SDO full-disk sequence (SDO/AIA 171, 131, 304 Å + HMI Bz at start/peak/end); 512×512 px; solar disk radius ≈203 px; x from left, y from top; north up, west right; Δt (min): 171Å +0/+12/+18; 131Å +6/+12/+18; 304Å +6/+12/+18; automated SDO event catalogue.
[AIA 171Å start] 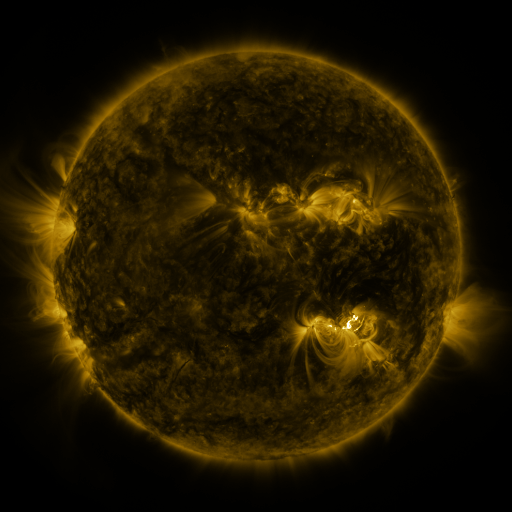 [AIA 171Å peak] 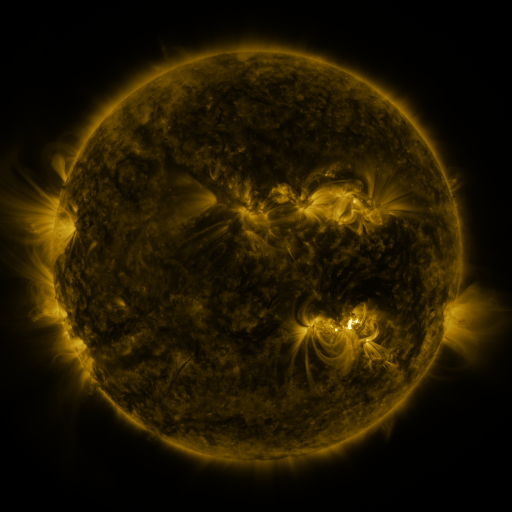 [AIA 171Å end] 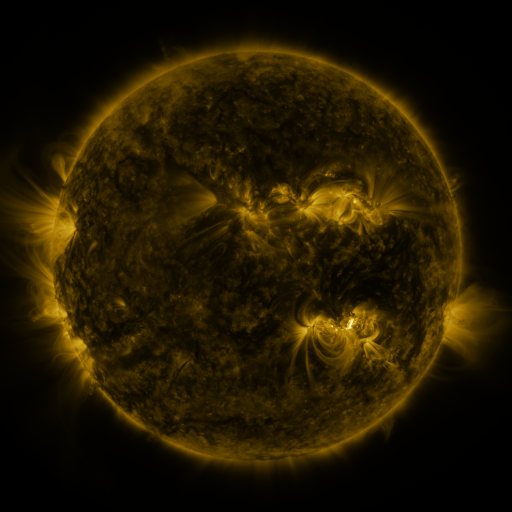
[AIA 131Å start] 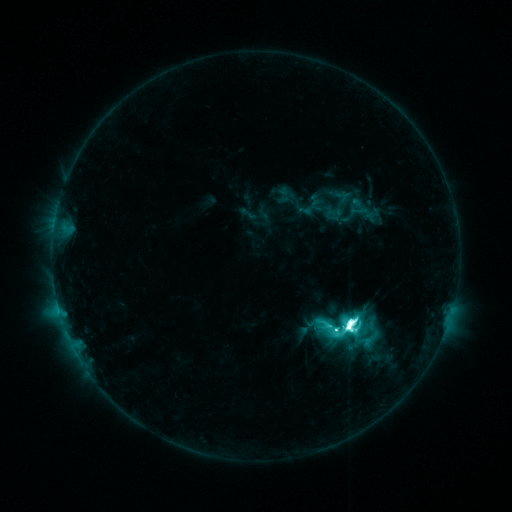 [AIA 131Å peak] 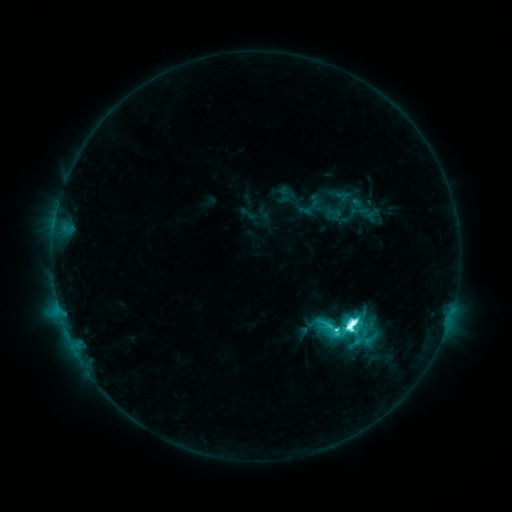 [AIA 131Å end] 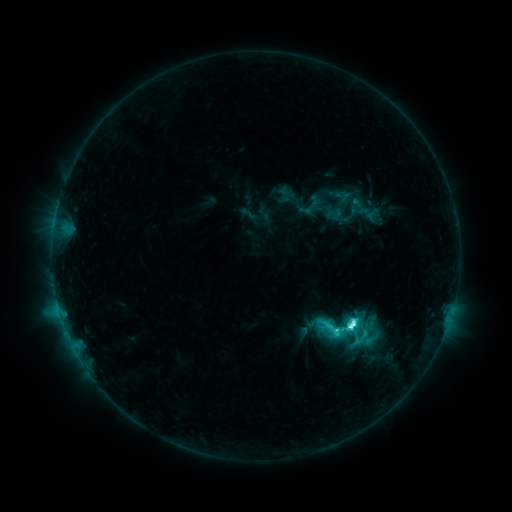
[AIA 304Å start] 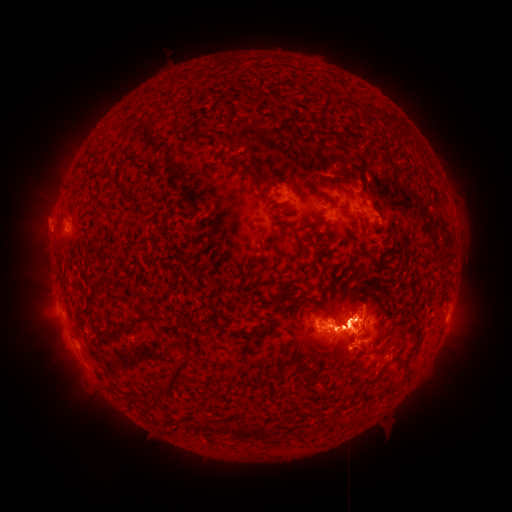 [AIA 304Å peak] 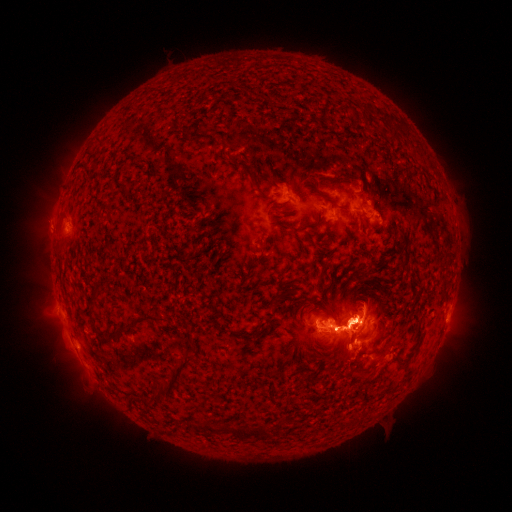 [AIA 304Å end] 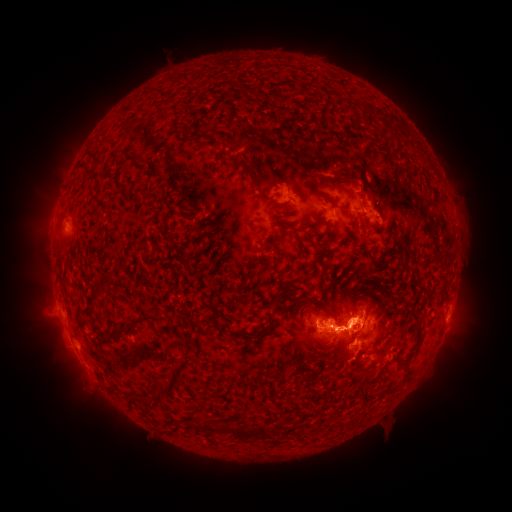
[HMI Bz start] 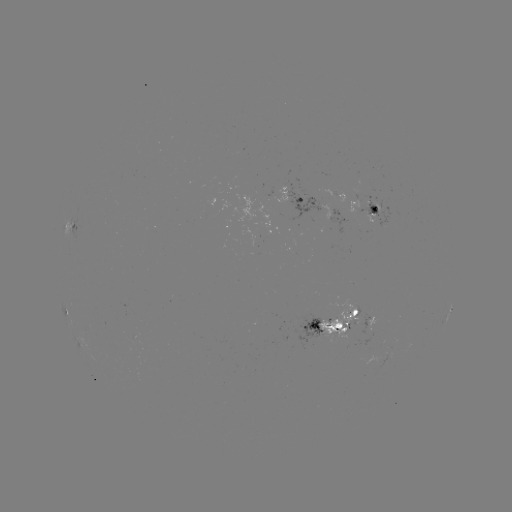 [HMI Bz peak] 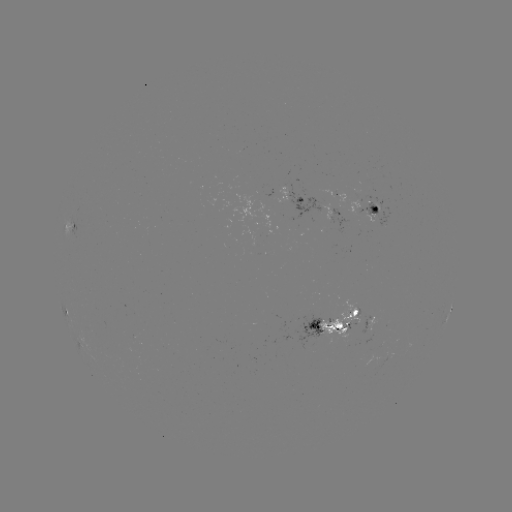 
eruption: <bbox>286, 318, 359, 372</bbox>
